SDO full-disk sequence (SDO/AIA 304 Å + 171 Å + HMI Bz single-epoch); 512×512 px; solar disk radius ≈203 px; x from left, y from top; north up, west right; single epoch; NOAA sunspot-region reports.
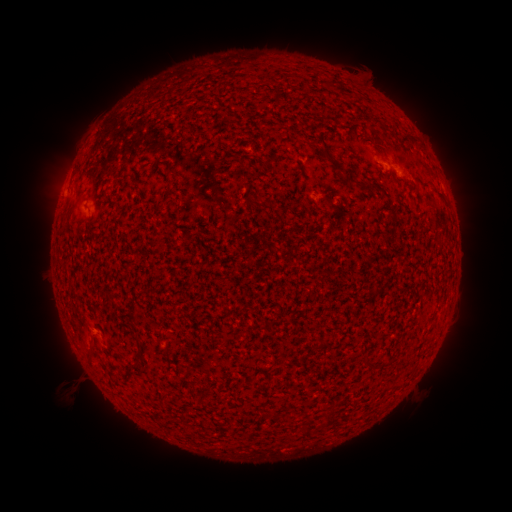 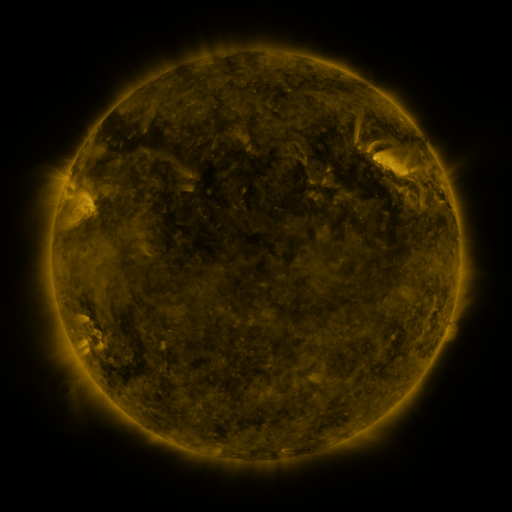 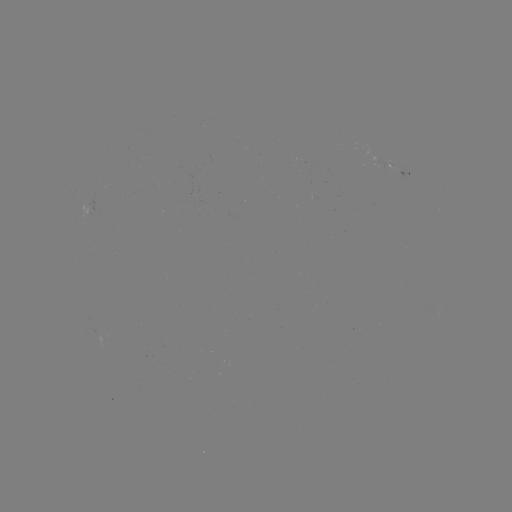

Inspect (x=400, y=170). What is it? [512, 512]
spotted active region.